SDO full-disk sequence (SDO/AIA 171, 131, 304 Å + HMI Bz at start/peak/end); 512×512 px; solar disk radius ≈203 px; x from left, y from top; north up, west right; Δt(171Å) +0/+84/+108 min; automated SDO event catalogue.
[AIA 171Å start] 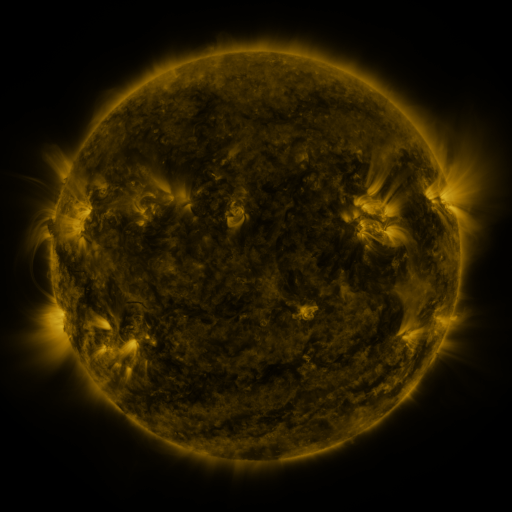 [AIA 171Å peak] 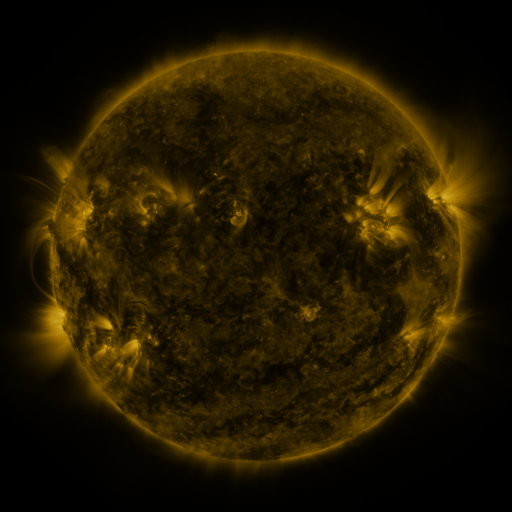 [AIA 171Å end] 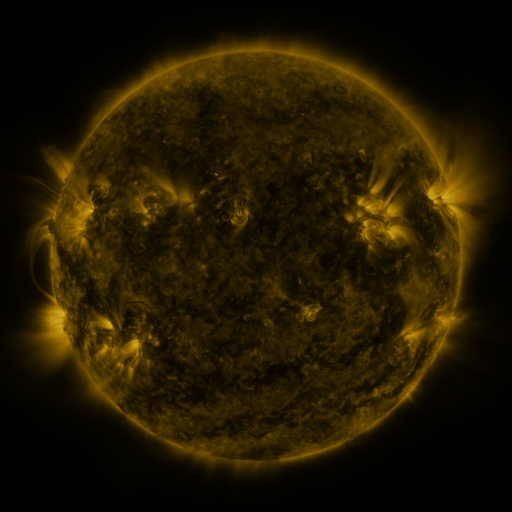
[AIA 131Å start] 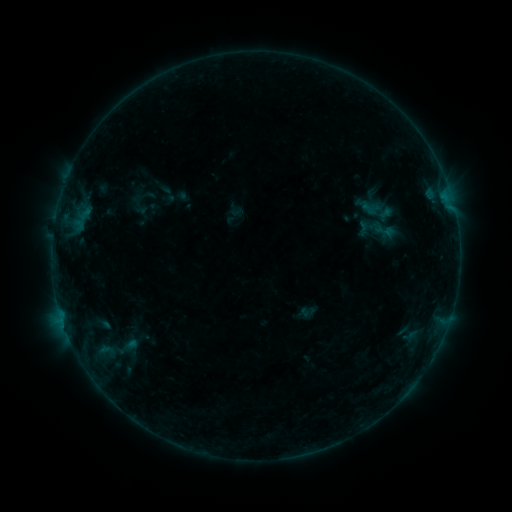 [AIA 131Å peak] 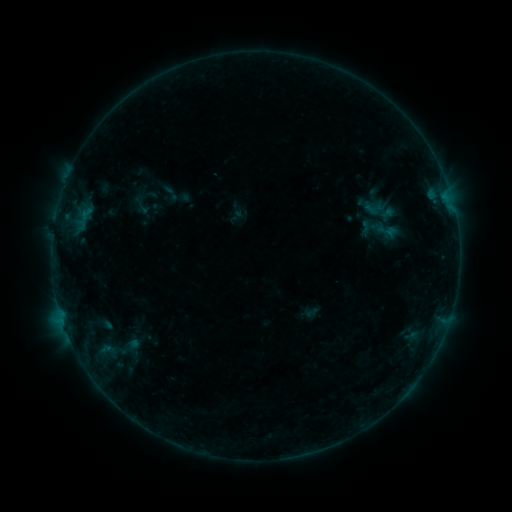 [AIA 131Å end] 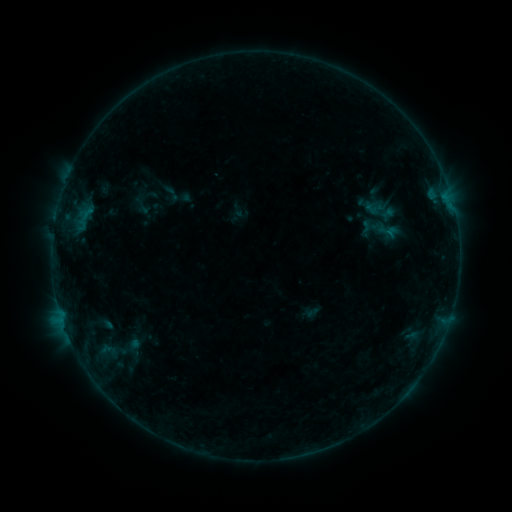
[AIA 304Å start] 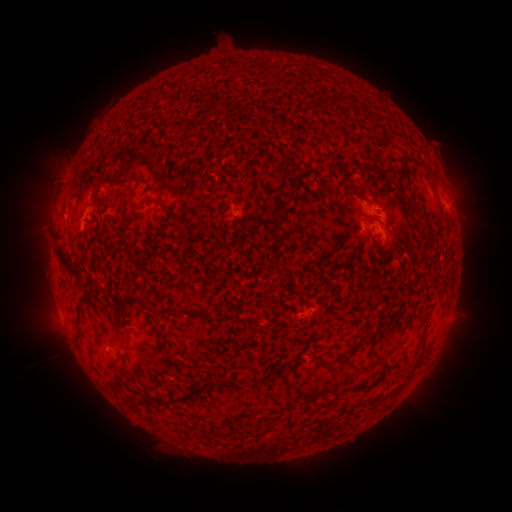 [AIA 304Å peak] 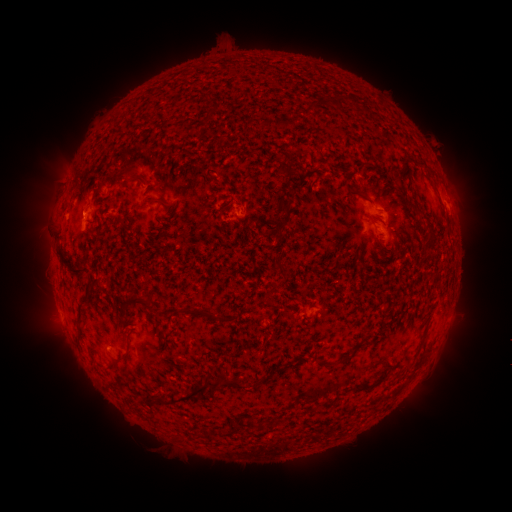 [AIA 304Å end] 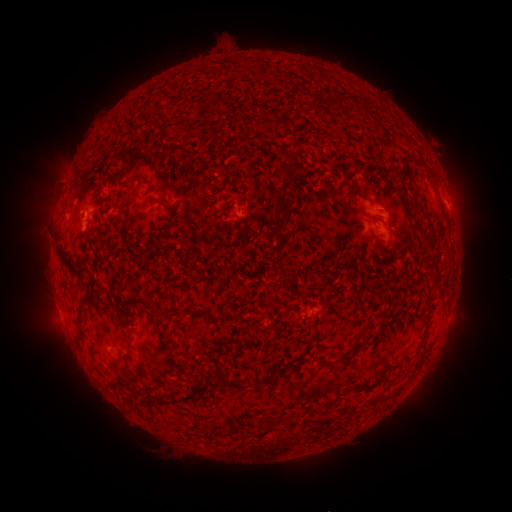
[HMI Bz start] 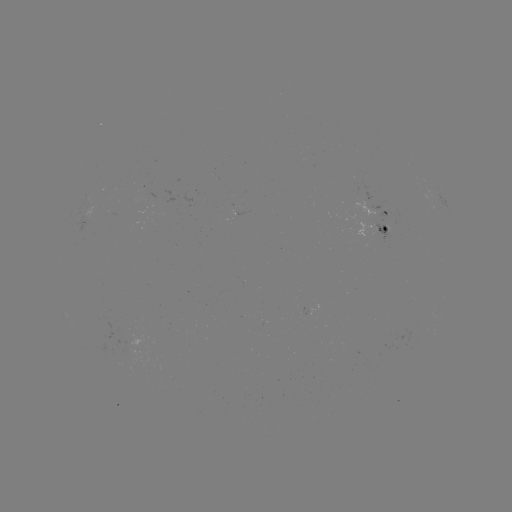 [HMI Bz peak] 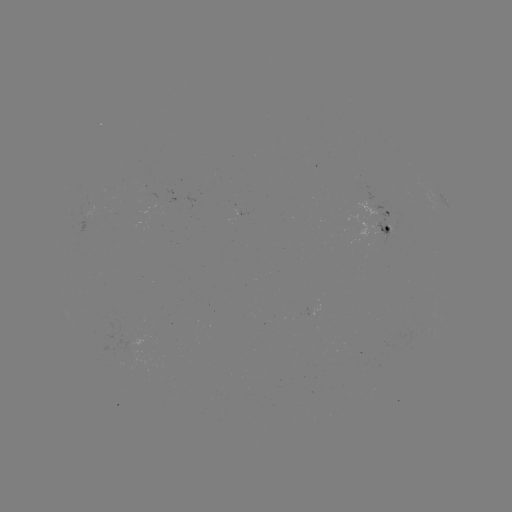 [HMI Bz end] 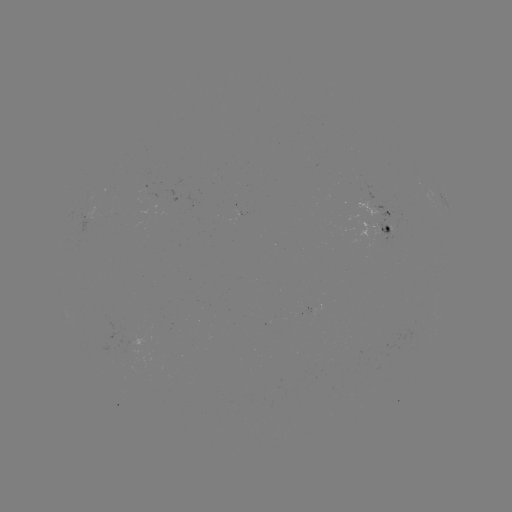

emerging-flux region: <bbox>102, 344, 113, 351</bbox>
